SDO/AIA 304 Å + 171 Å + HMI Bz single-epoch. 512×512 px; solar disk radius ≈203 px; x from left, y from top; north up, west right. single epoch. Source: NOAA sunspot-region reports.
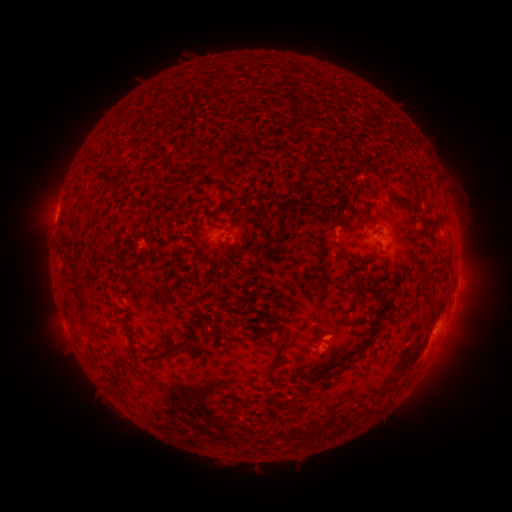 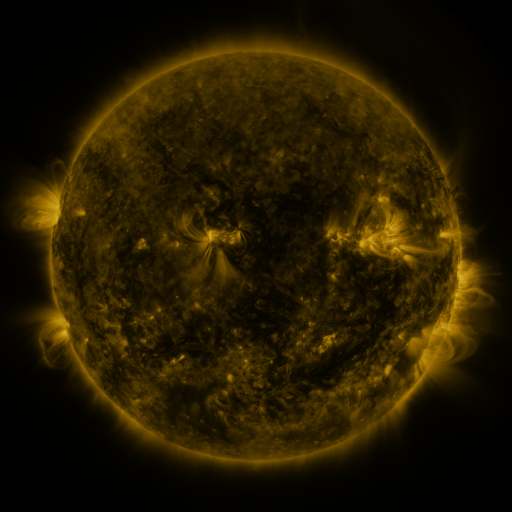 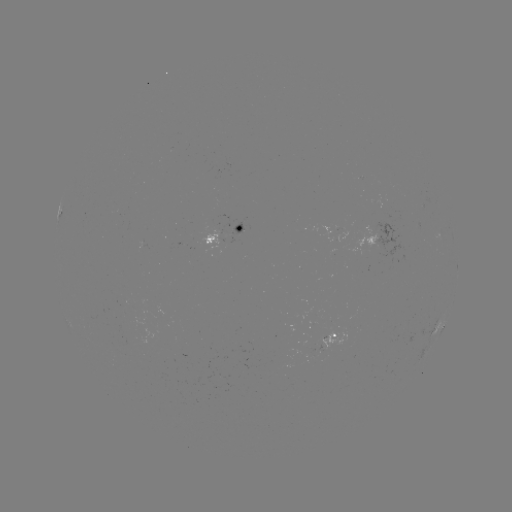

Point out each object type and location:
spotted active region: (228, 235)
spotted active region: (377, 245)
spotted active region: (441, 327)
spotted active region: (331, 341)
